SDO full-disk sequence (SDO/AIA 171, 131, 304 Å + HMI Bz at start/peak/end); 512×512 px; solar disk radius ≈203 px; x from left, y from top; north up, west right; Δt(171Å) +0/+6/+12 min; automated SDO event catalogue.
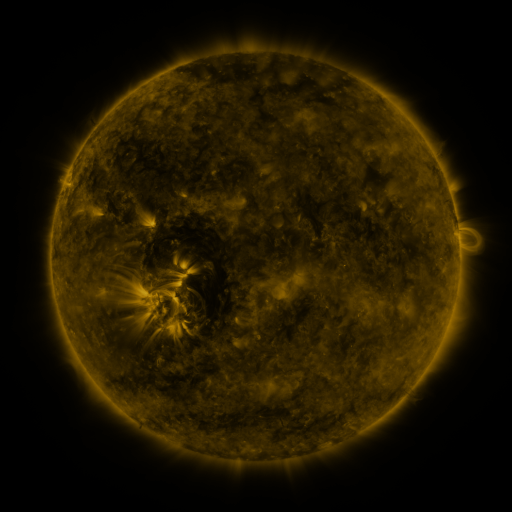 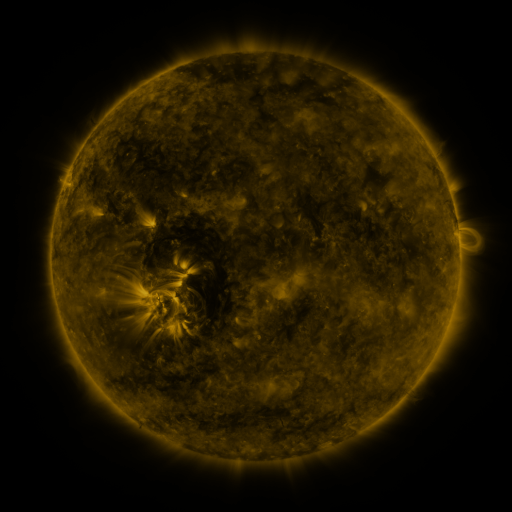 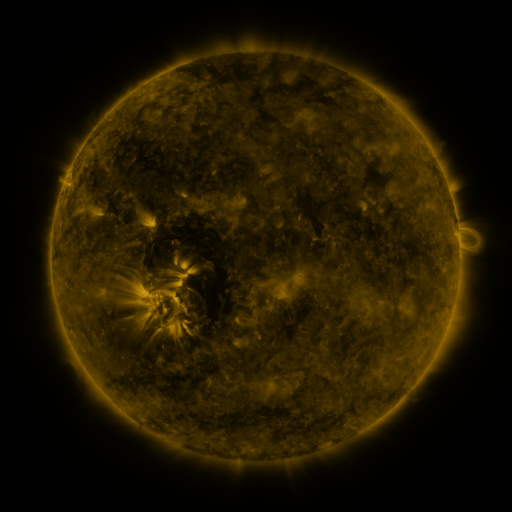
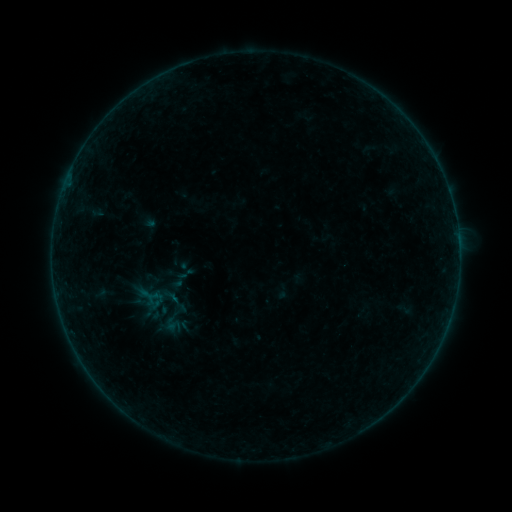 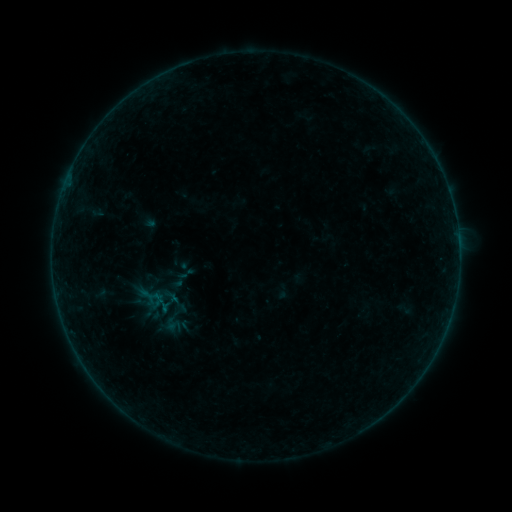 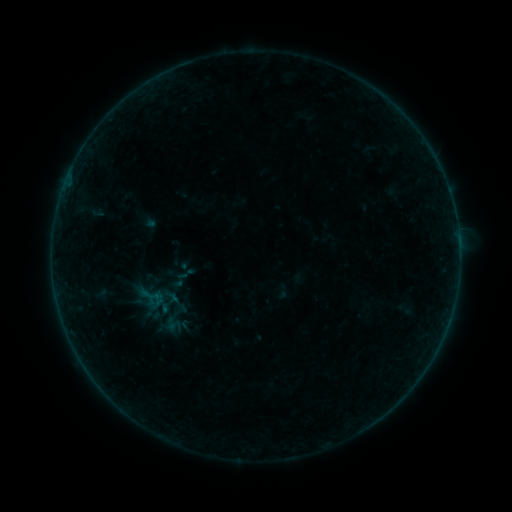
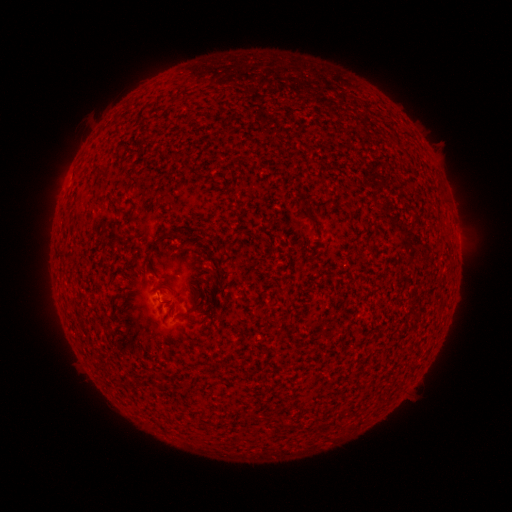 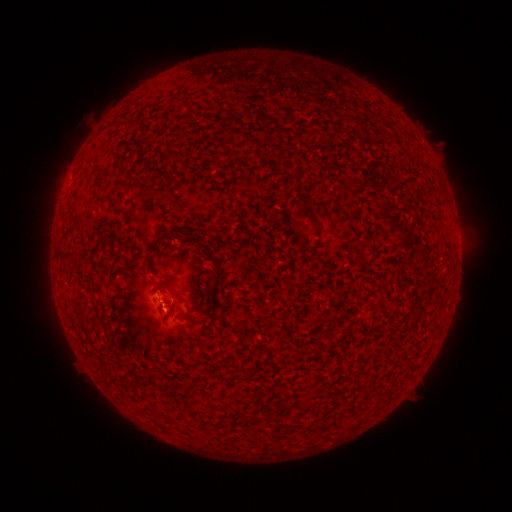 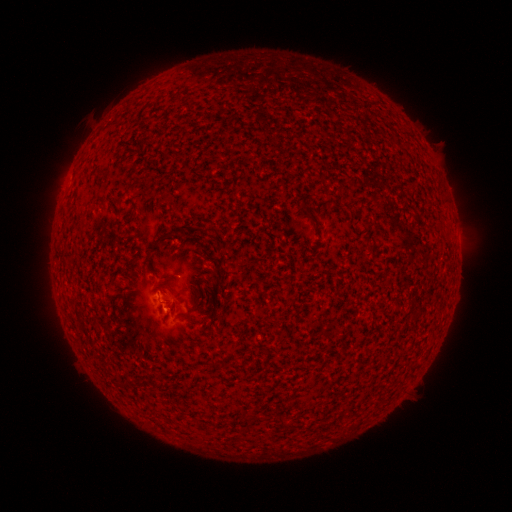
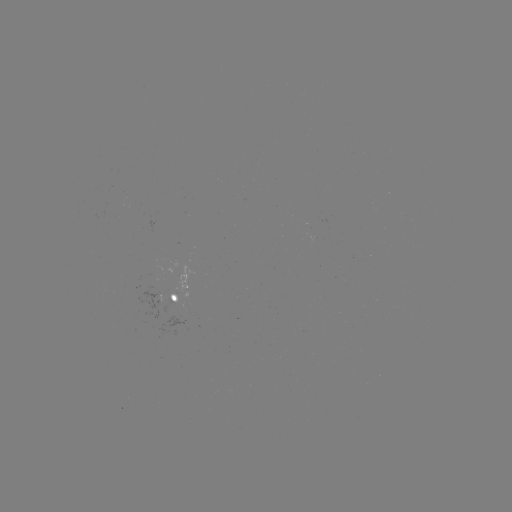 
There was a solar flare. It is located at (167, 307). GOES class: B1.4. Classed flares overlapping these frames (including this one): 1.